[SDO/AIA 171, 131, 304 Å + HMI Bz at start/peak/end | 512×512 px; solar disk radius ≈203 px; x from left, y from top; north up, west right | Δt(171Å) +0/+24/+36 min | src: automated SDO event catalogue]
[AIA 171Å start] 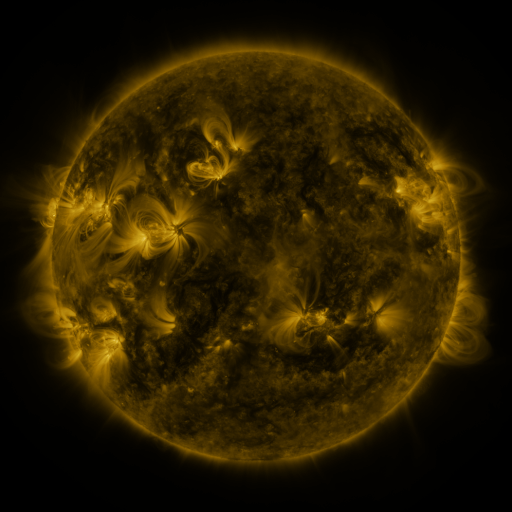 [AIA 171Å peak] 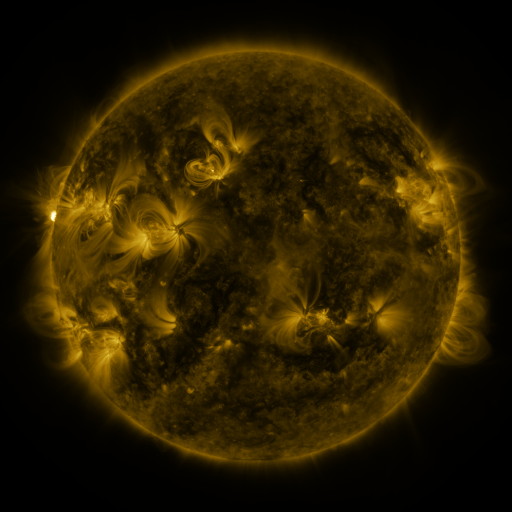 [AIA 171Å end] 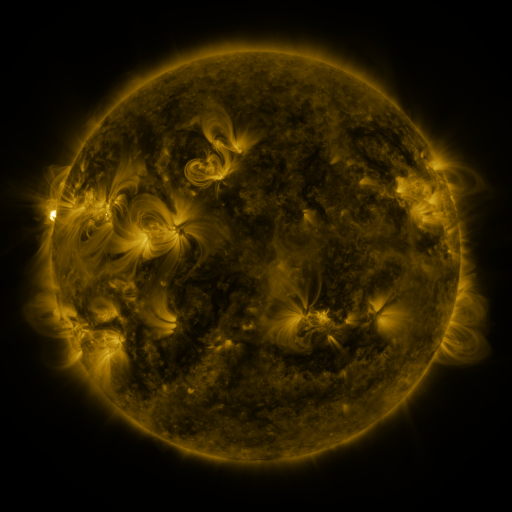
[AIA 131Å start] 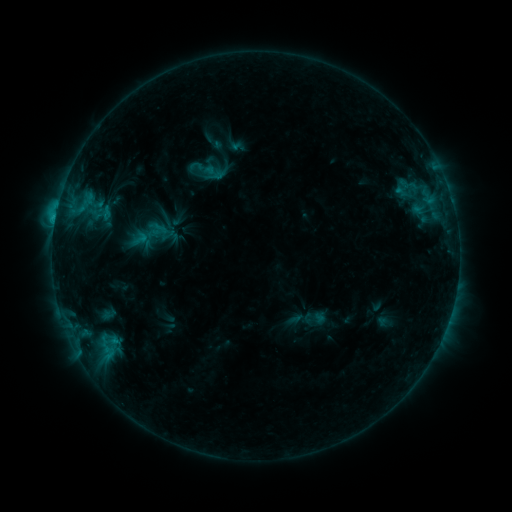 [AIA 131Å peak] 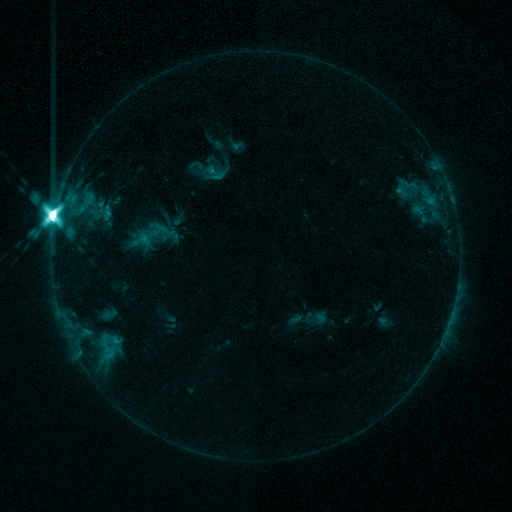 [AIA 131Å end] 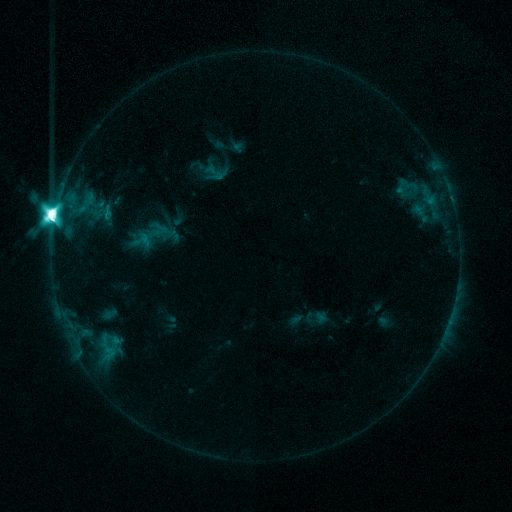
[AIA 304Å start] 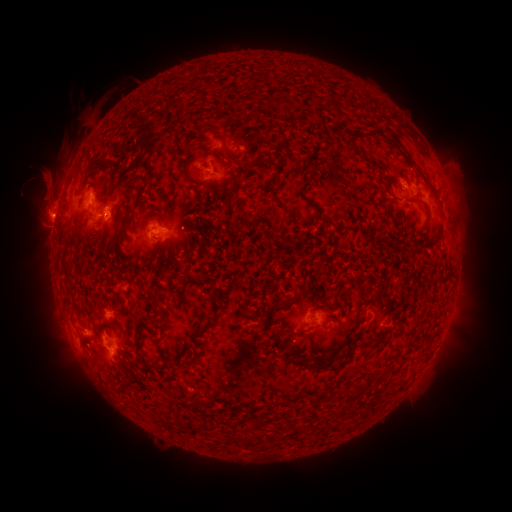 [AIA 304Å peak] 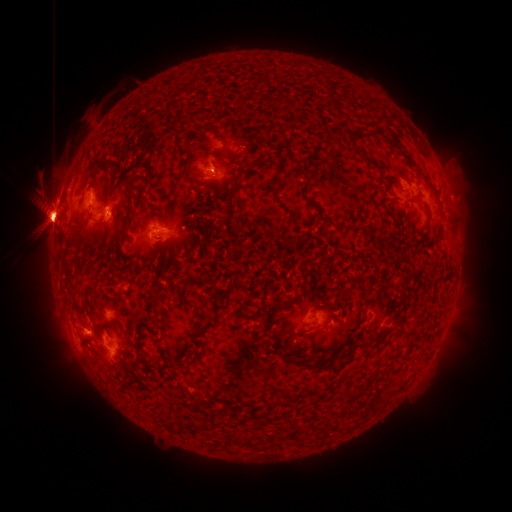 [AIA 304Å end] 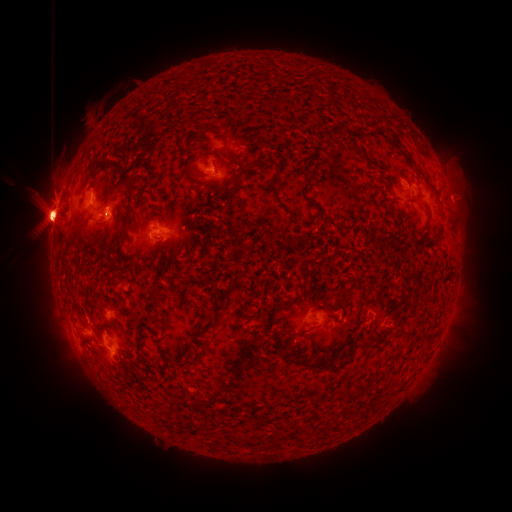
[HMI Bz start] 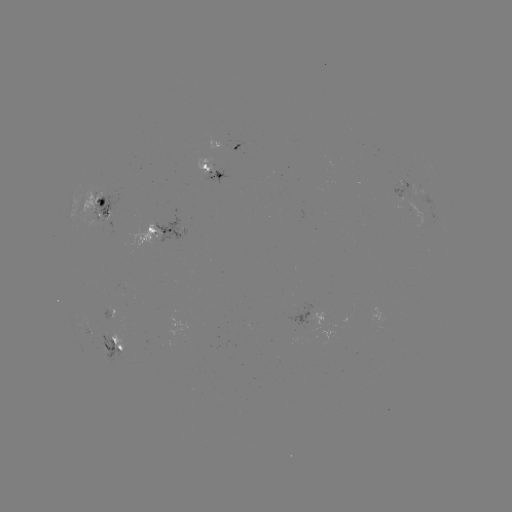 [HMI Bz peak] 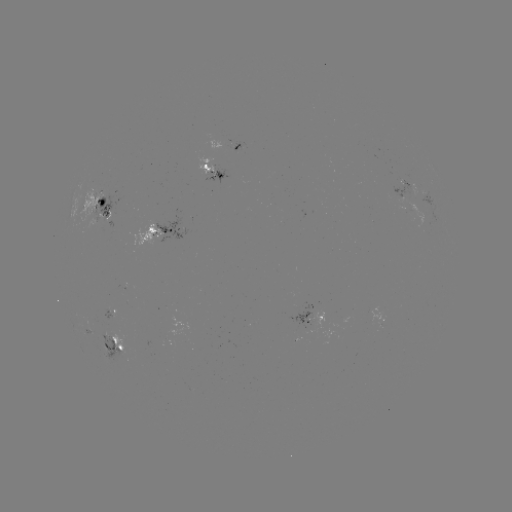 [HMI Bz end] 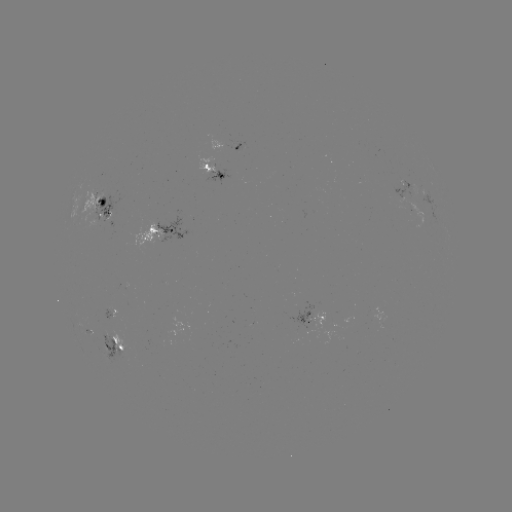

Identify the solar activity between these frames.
X1.7 flare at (56, 217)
